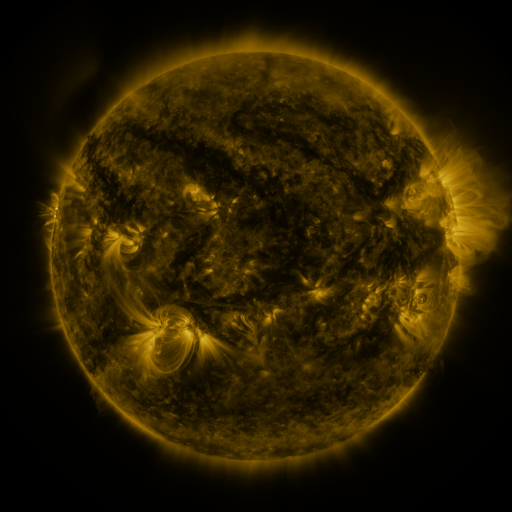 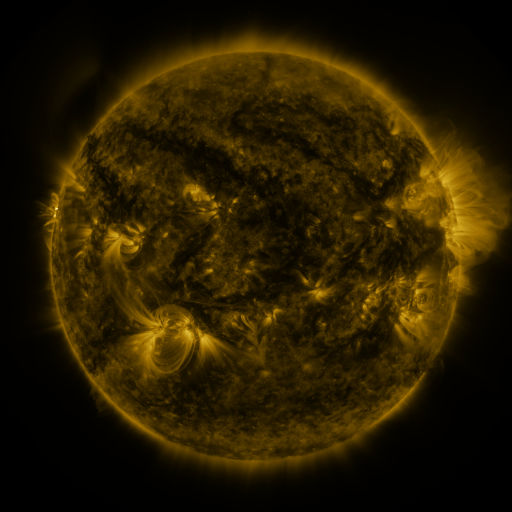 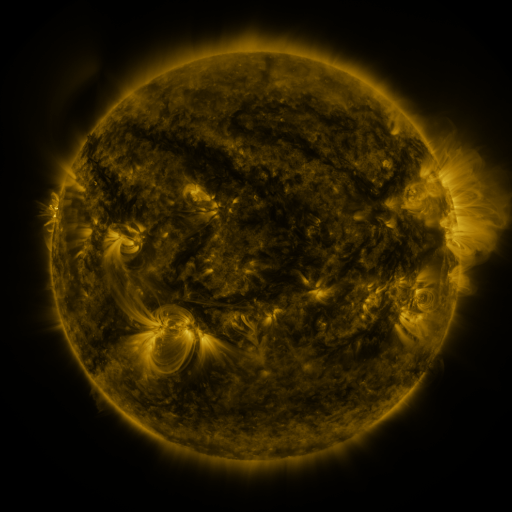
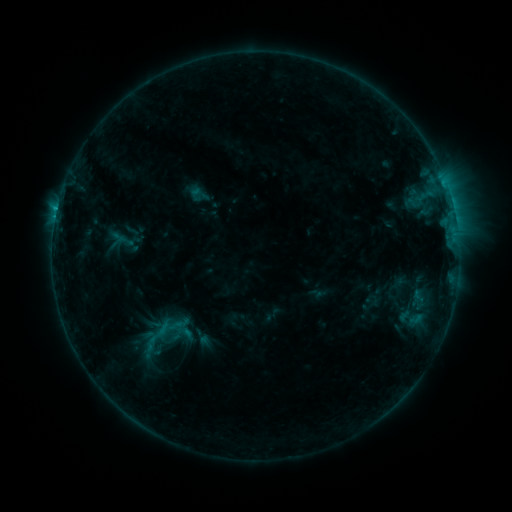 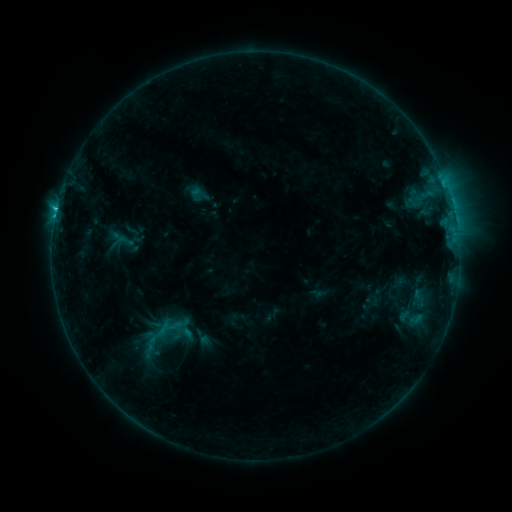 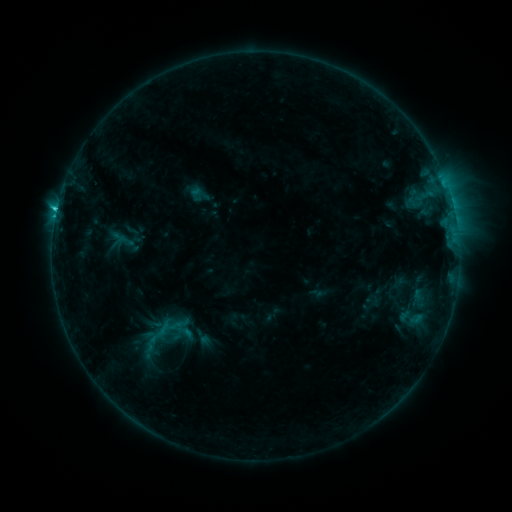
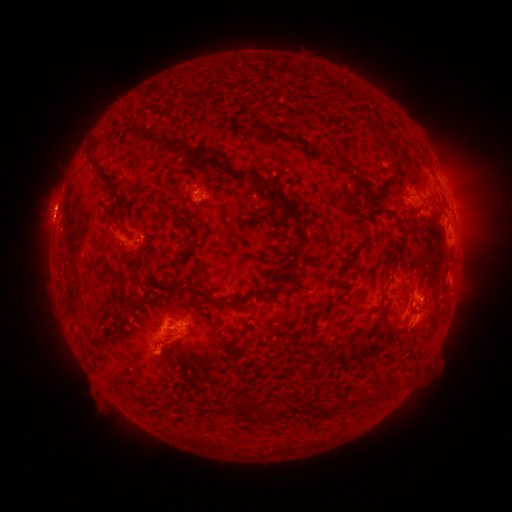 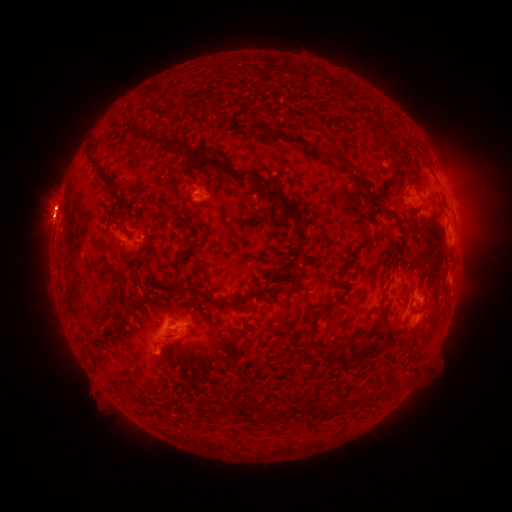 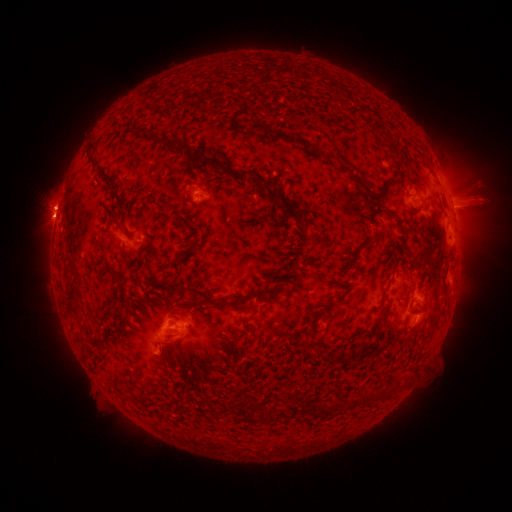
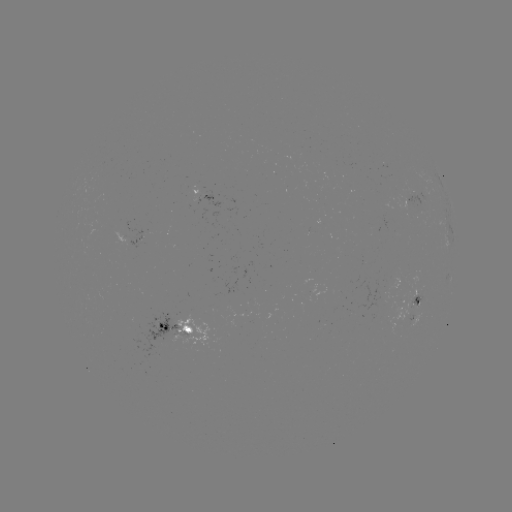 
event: flare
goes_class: C1.8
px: (421, 300)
